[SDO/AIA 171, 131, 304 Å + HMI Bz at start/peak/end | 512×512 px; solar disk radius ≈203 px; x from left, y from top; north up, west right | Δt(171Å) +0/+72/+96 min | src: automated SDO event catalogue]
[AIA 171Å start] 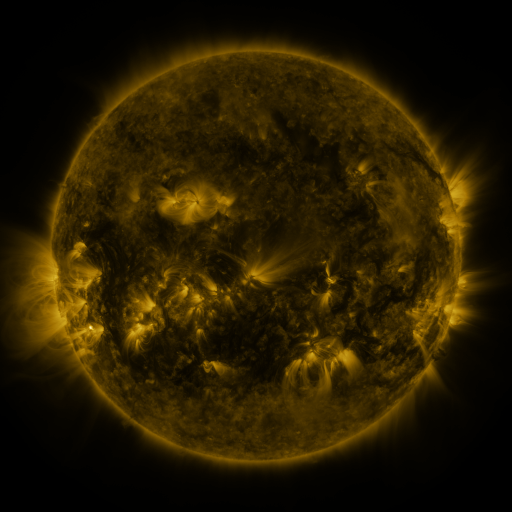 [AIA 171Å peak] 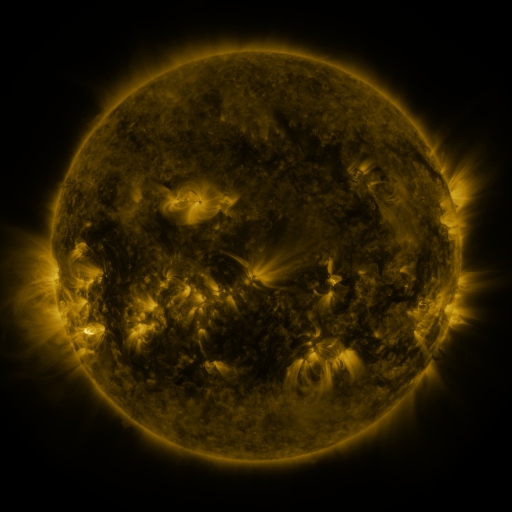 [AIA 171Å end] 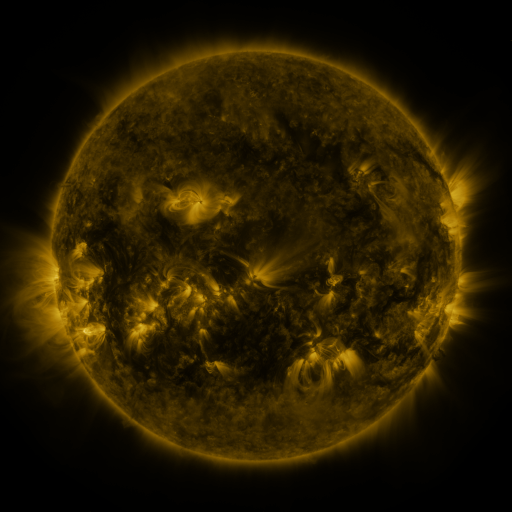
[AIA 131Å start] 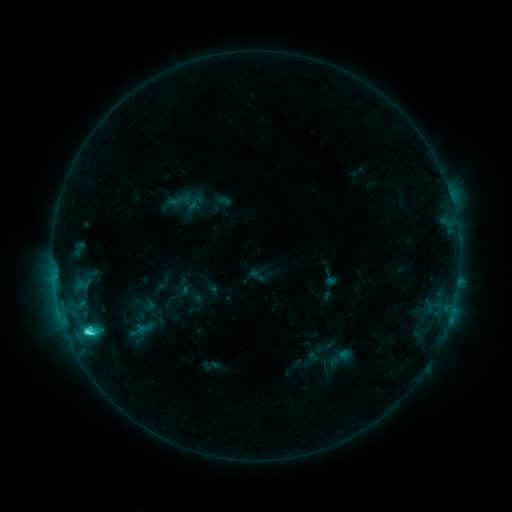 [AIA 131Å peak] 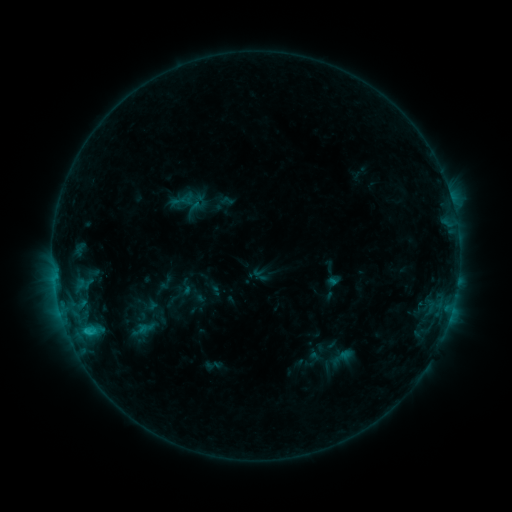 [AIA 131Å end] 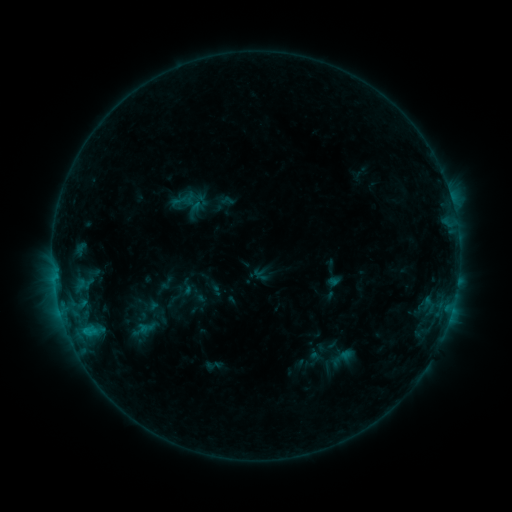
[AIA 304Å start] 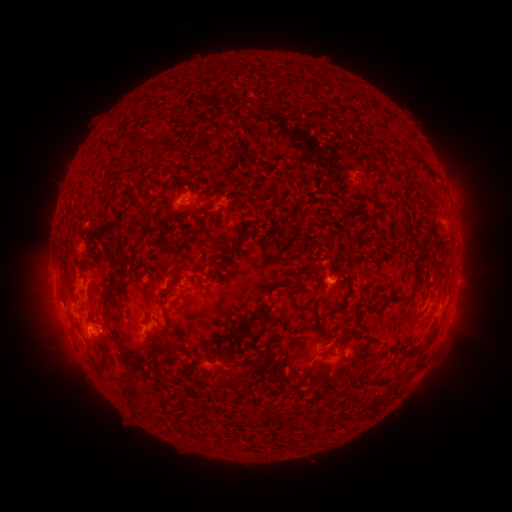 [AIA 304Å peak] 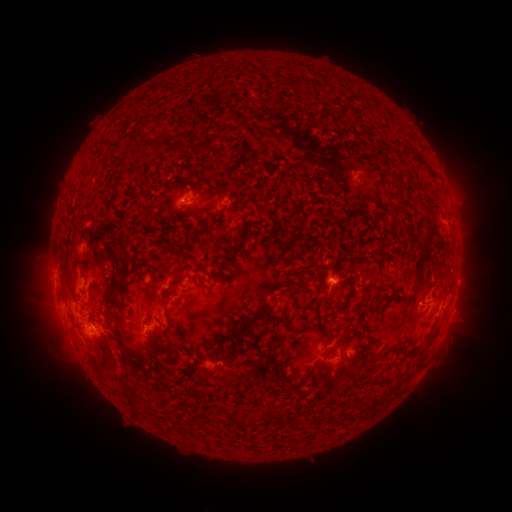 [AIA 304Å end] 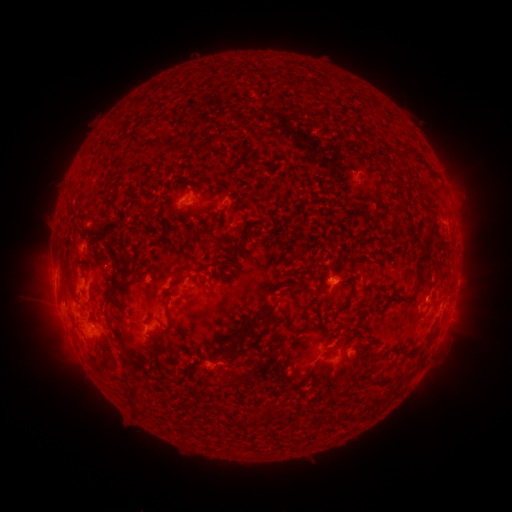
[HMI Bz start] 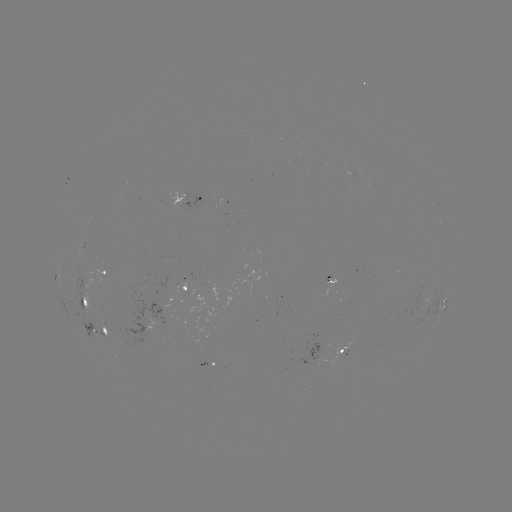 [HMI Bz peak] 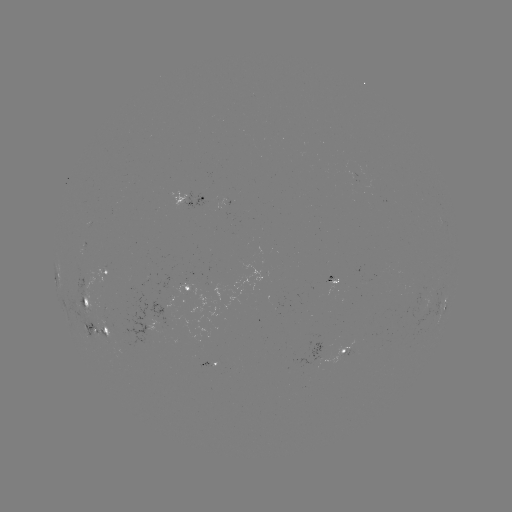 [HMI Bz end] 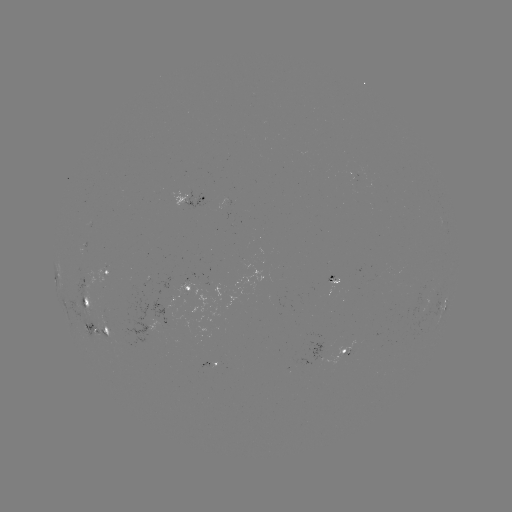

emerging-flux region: [85, 321, 111, 339]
